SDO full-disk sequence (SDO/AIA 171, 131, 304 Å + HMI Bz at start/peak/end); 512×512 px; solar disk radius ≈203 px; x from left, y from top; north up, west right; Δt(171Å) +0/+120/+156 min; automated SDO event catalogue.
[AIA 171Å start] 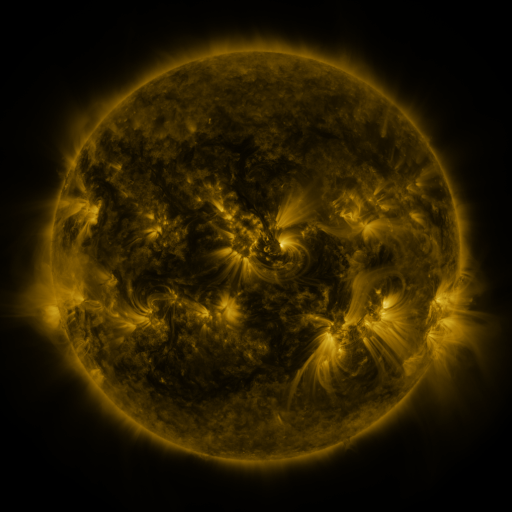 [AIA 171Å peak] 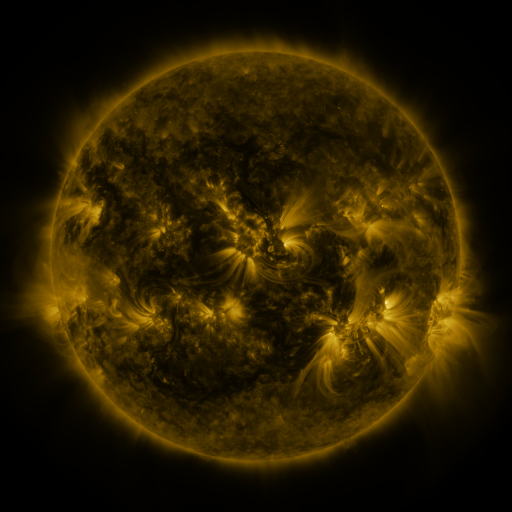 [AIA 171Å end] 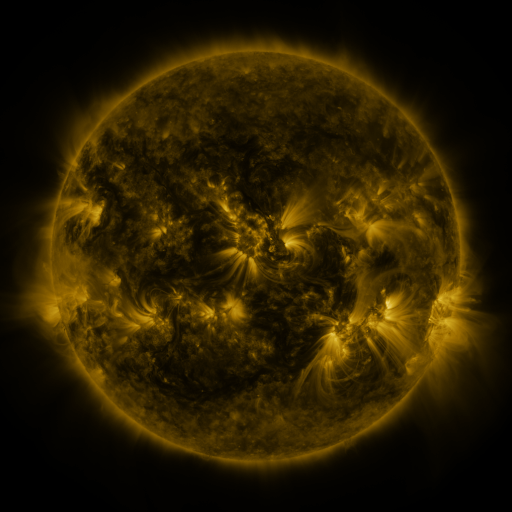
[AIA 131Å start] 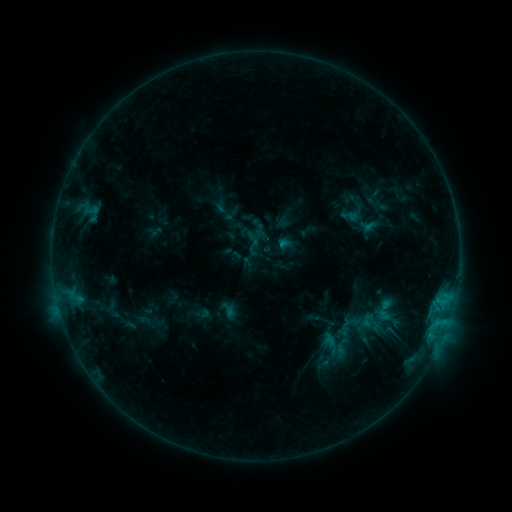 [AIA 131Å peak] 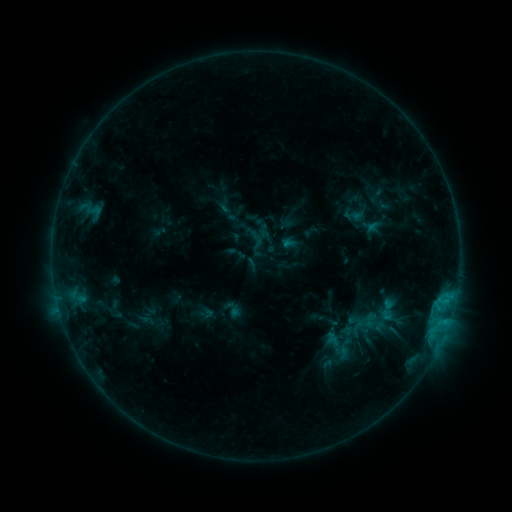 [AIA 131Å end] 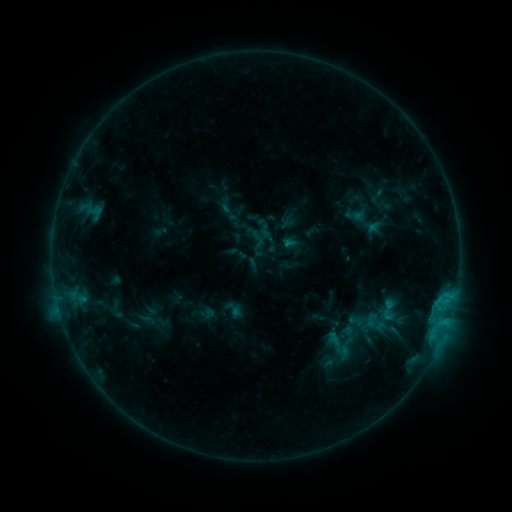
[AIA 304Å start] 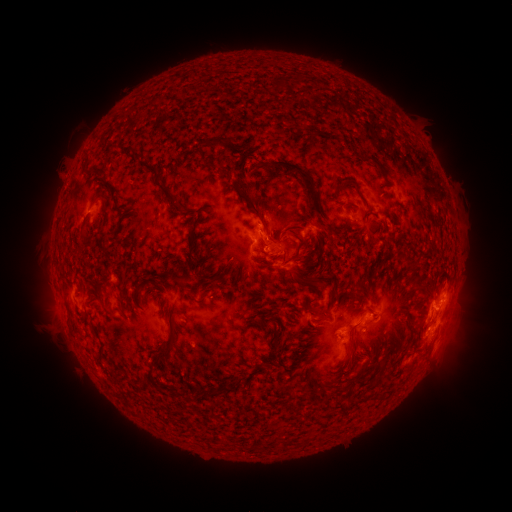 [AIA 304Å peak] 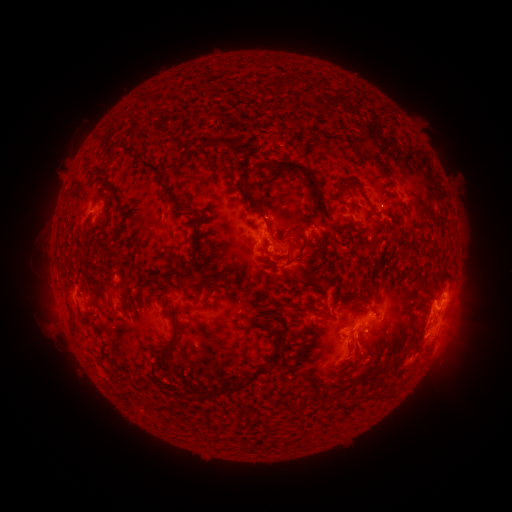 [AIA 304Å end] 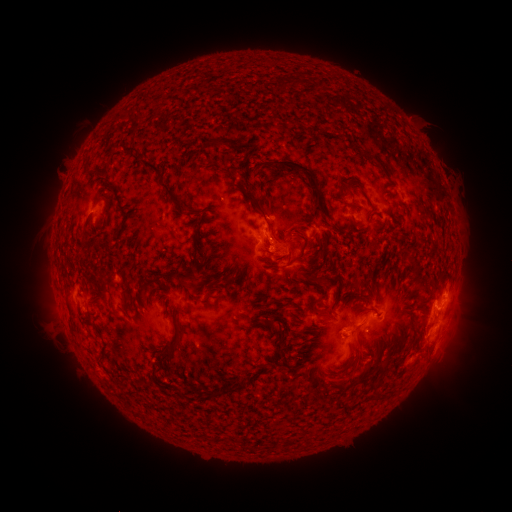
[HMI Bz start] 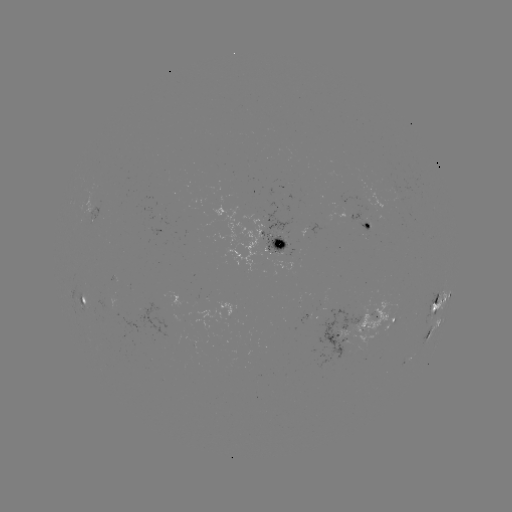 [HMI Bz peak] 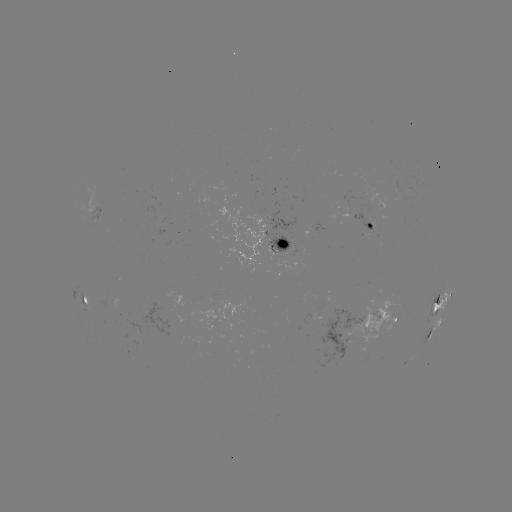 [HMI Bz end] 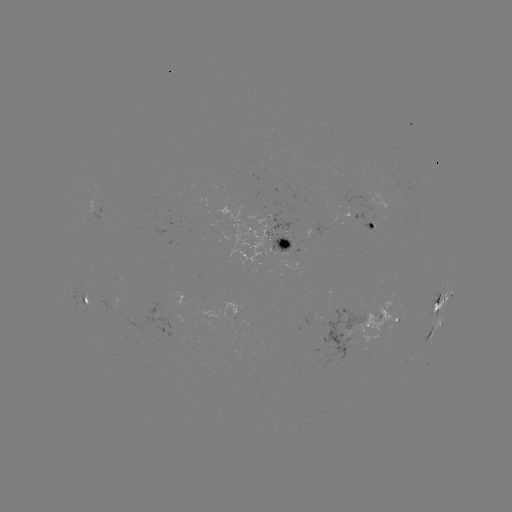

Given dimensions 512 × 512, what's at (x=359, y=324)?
emerging-flux region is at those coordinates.